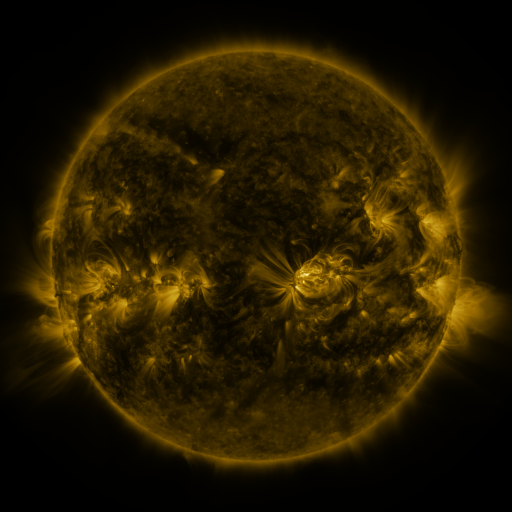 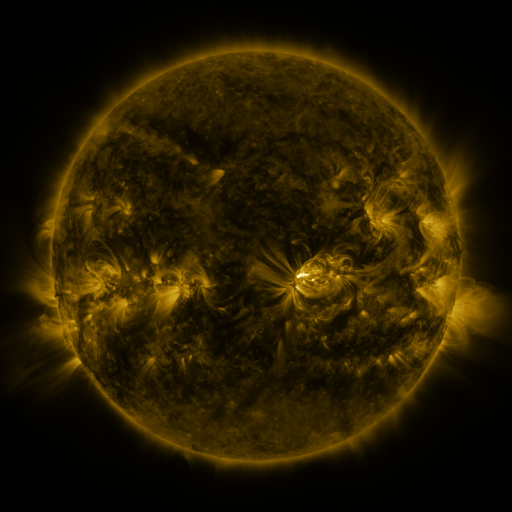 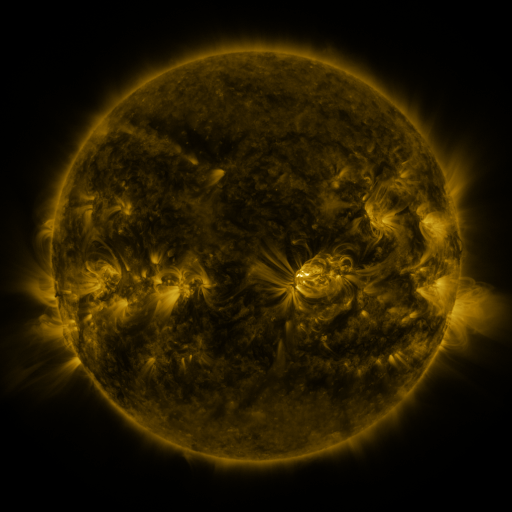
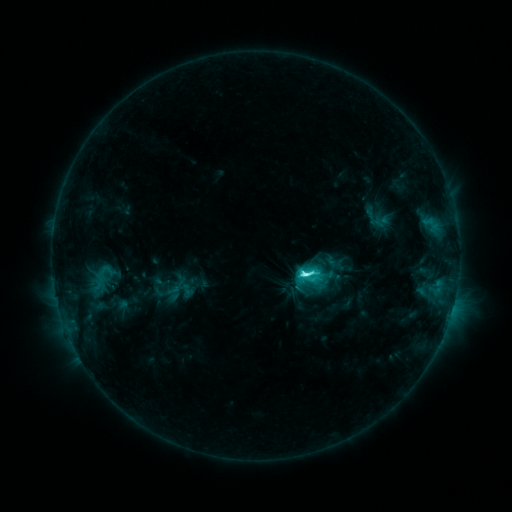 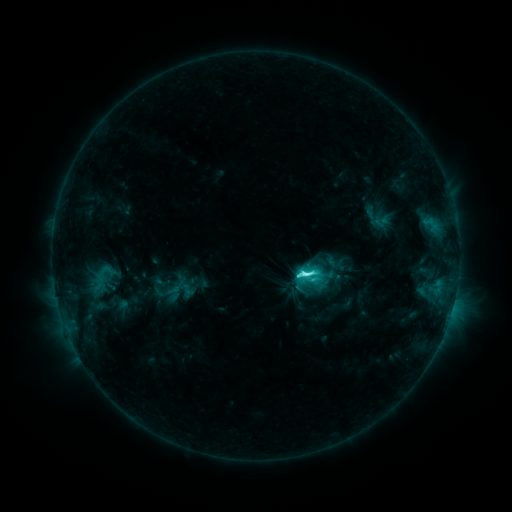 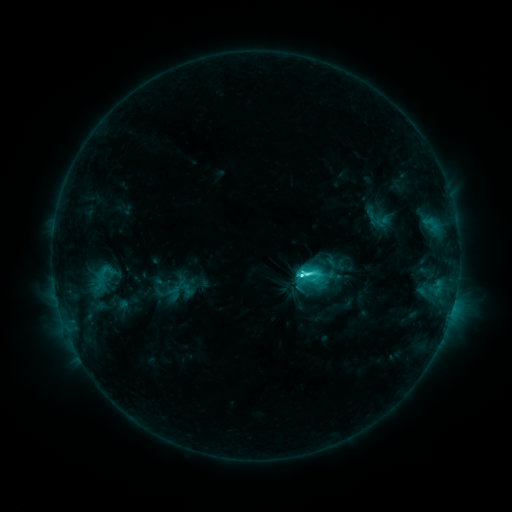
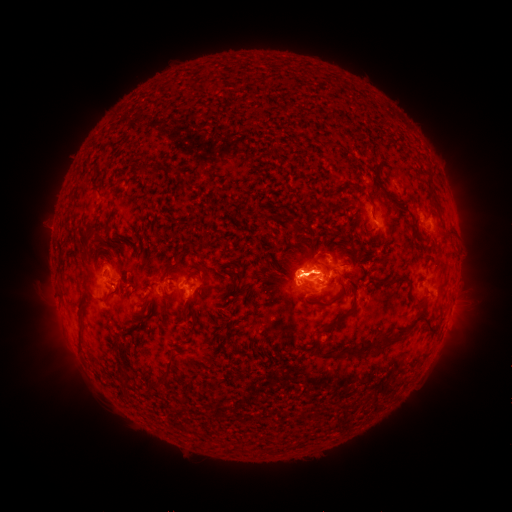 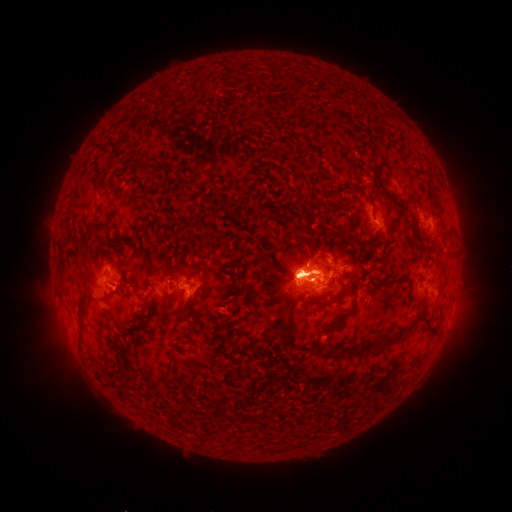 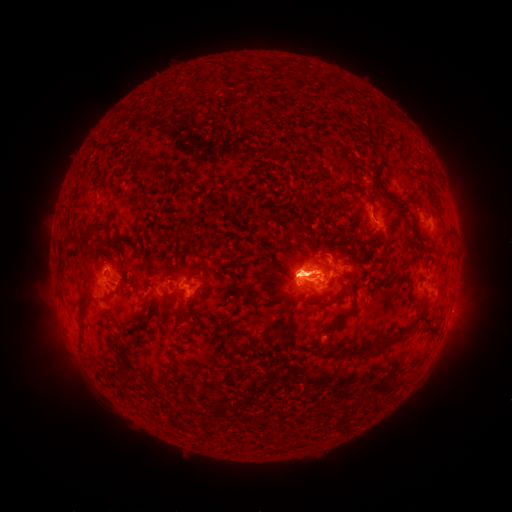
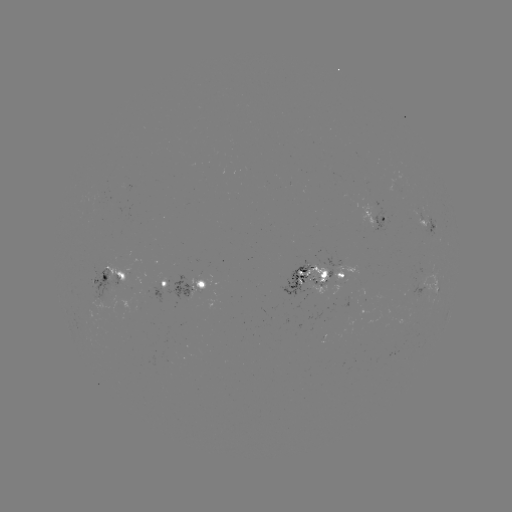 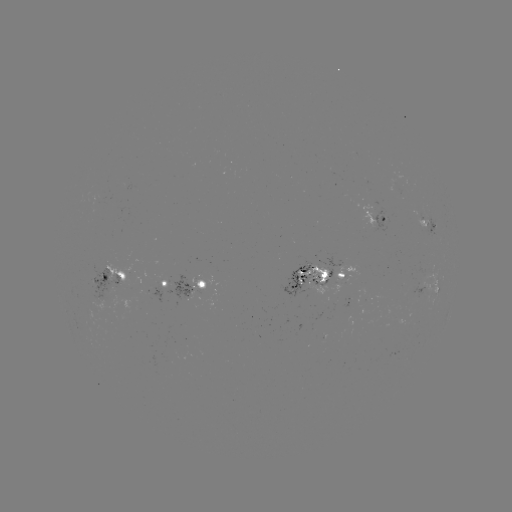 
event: eruption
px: (459, 260)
